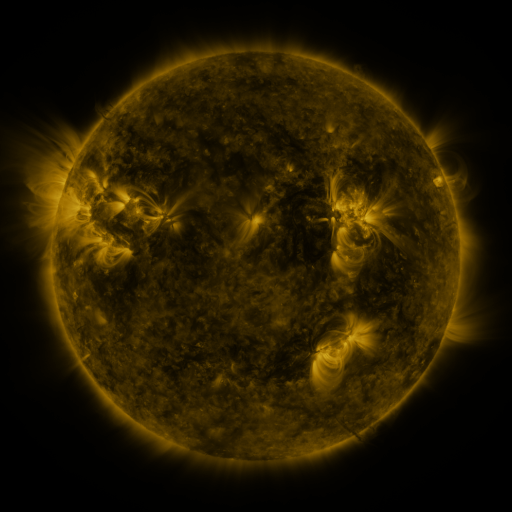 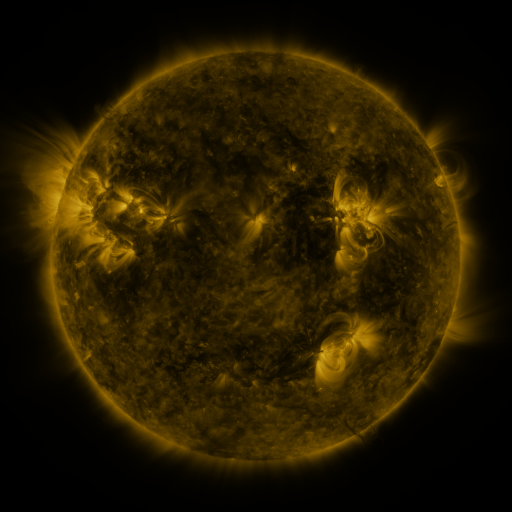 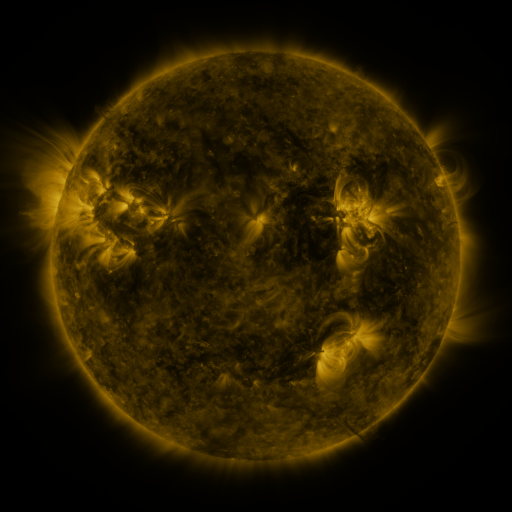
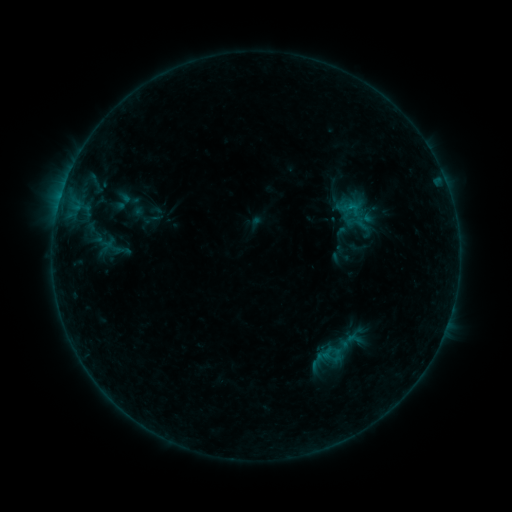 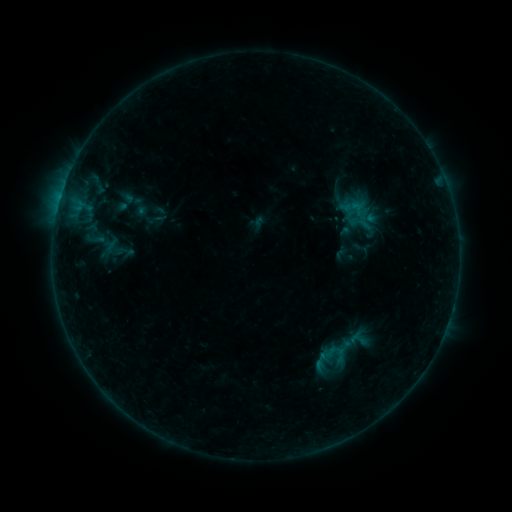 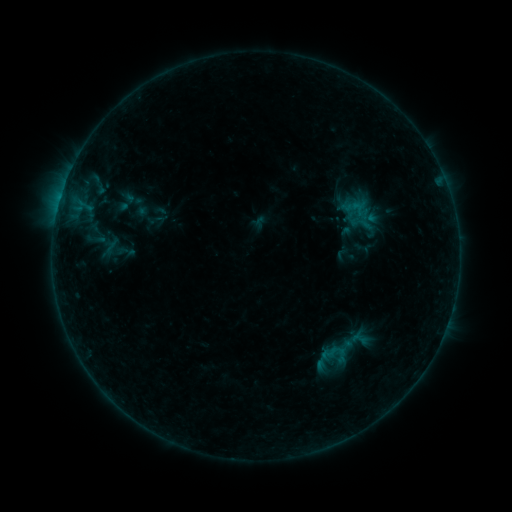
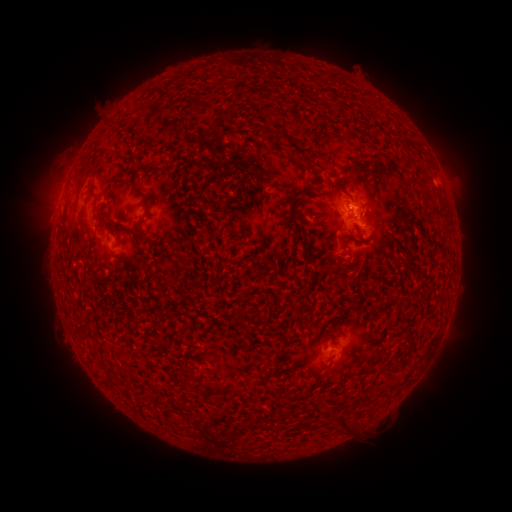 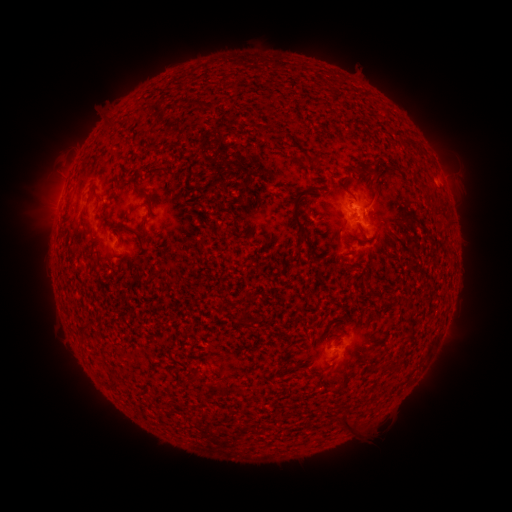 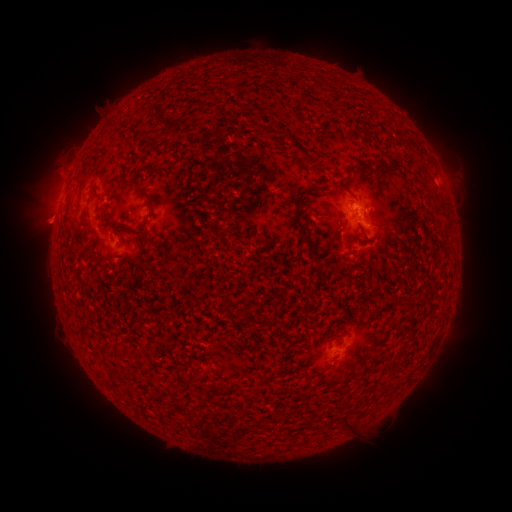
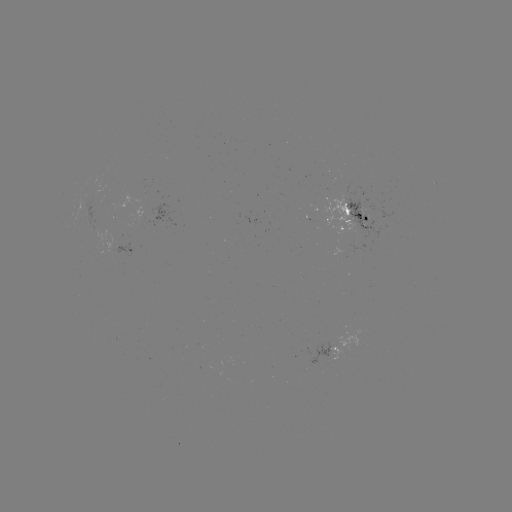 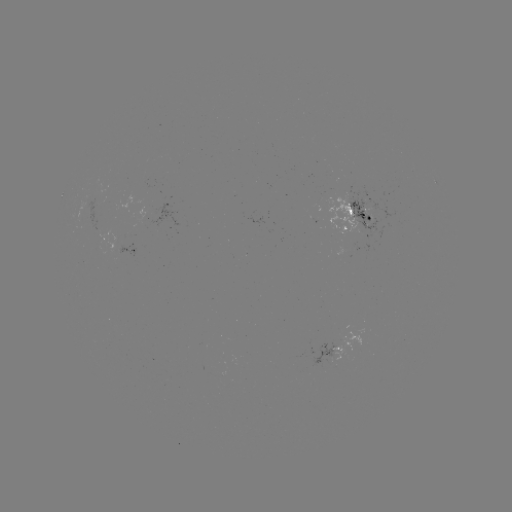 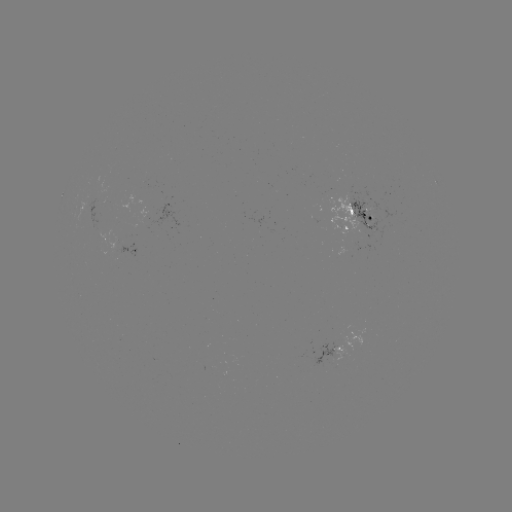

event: emerging-flux region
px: (347, 200)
